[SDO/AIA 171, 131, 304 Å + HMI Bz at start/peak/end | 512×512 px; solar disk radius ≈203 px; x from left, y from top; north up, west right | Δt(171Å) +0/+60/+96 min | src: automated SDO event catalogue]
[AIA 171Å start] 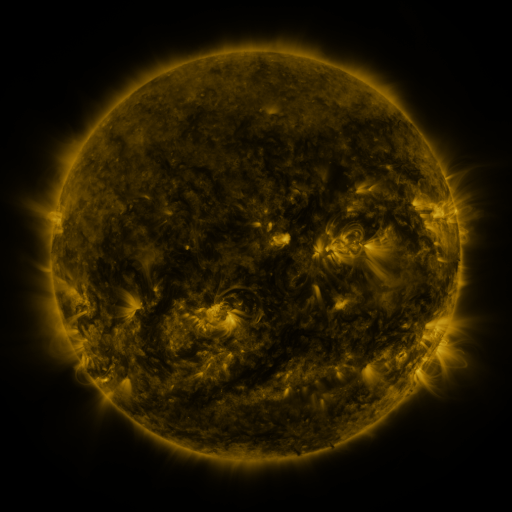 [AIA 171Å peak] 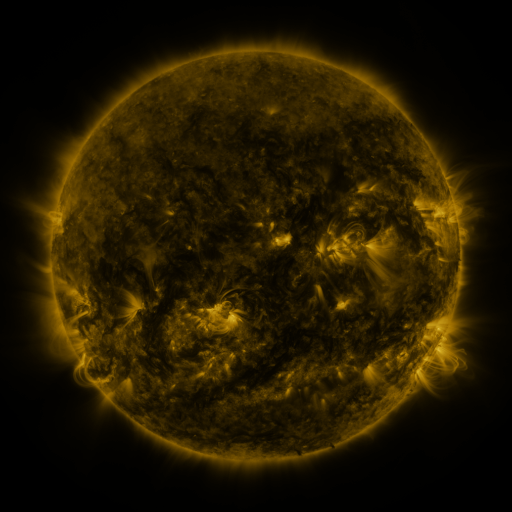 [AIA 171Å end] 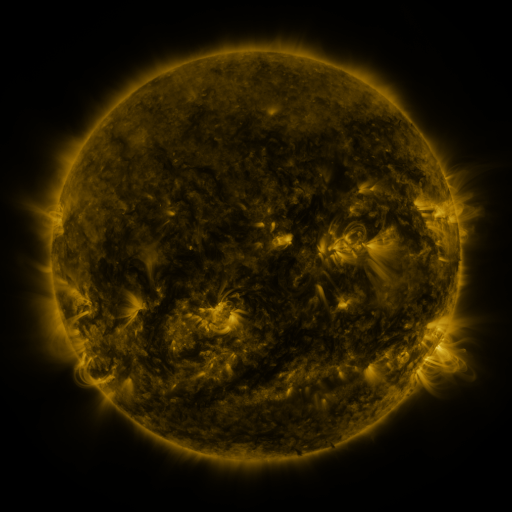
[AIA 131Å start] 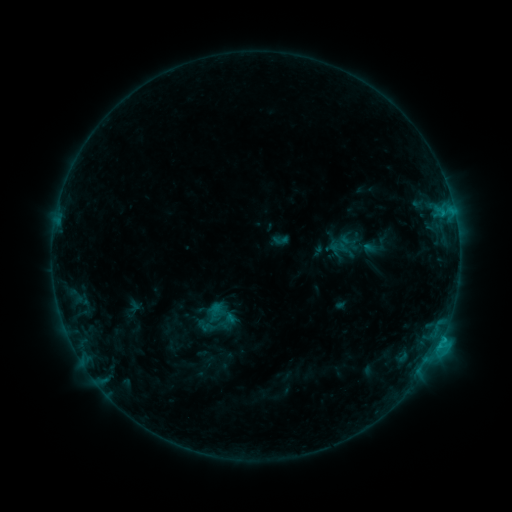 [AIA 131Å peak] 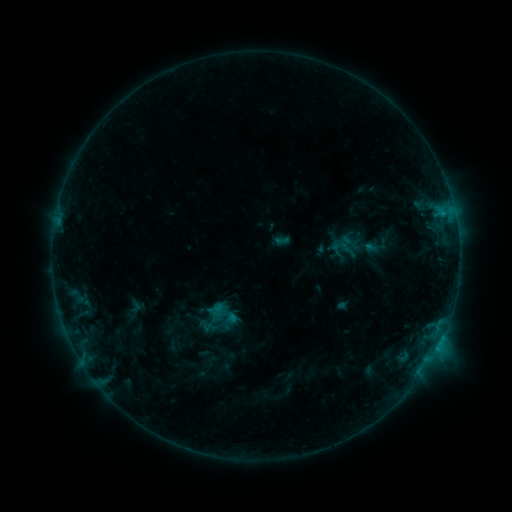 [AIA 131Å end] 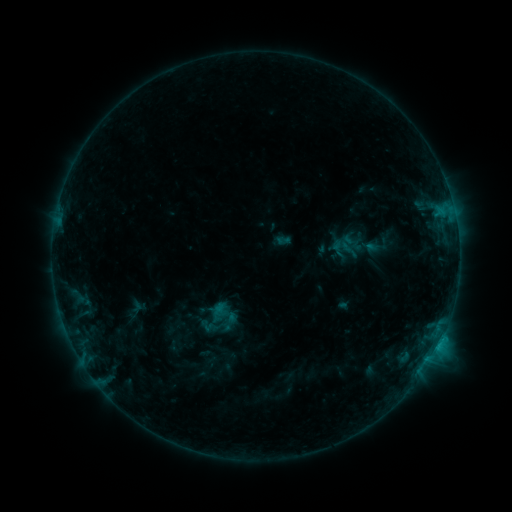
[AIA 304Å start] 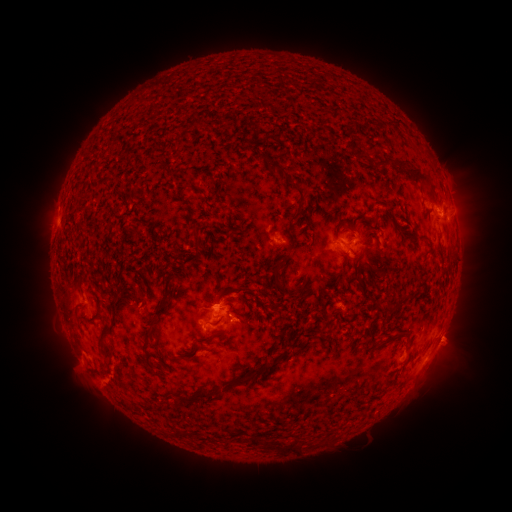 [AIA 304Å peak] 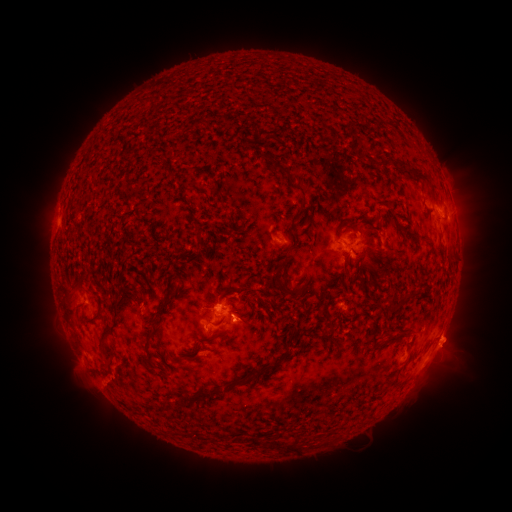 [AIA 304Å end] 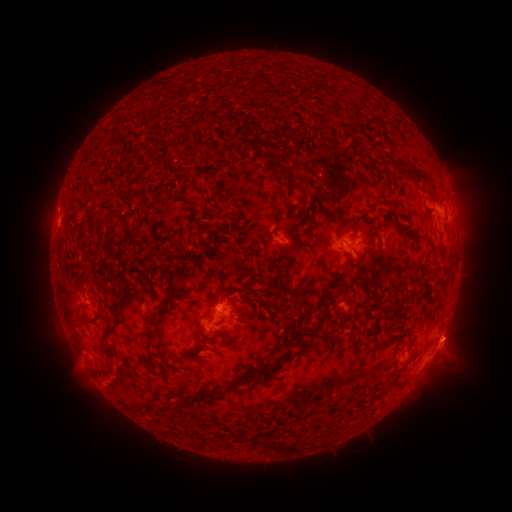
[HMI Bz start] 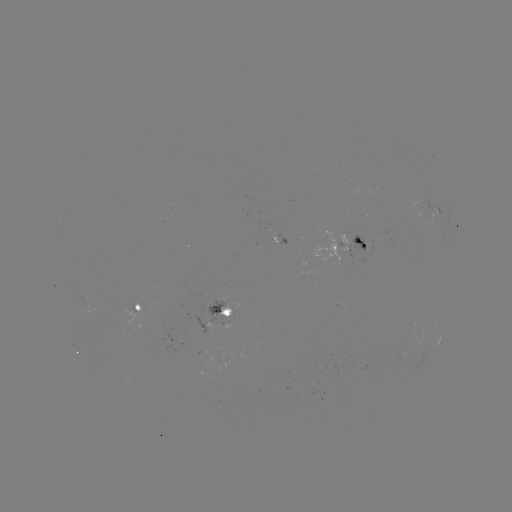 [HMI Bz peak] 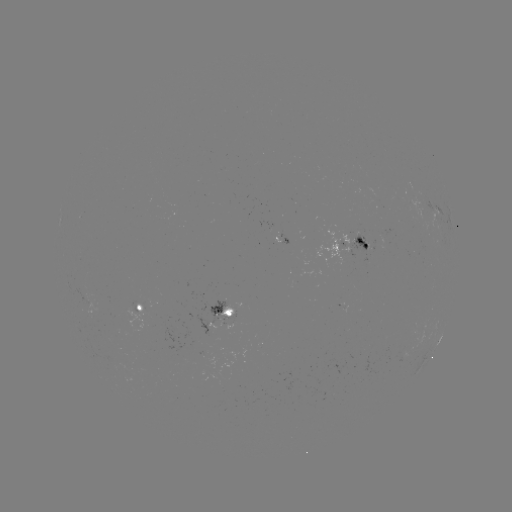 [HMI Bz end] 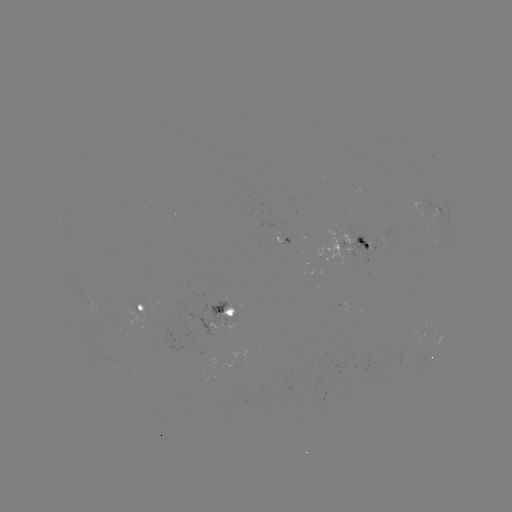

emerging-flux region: <bbox>112, 327, 123, 338</bbox>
